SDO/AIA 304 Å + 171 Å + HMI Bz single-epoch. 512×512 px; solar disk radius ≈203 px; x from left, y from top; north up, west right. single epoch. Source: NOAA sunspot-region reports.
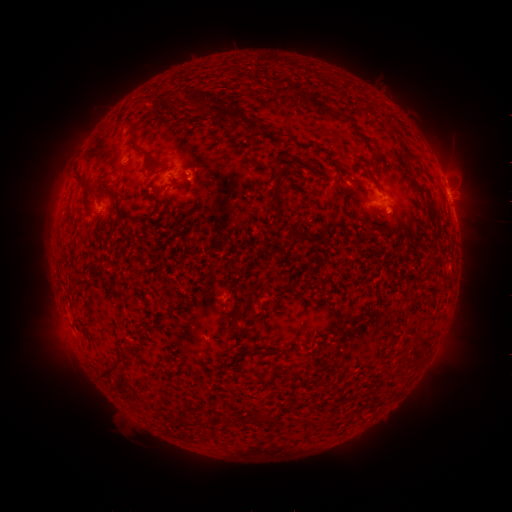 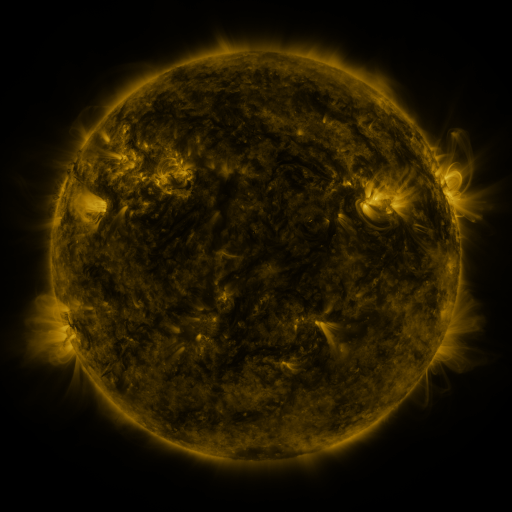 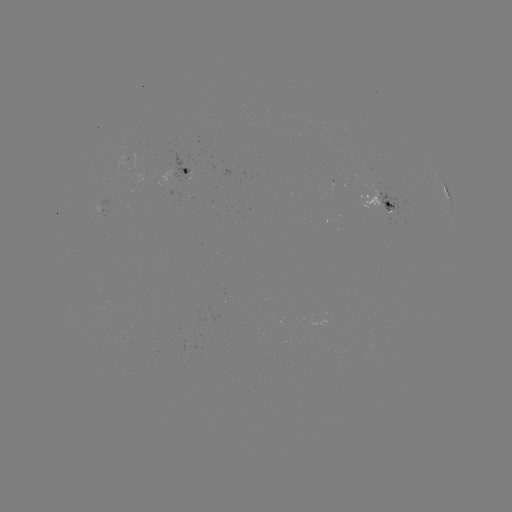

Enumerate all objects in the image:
spotted active region: (187, 170)
spotted active region: (450, 198)
spotted active region: (376, 202)
